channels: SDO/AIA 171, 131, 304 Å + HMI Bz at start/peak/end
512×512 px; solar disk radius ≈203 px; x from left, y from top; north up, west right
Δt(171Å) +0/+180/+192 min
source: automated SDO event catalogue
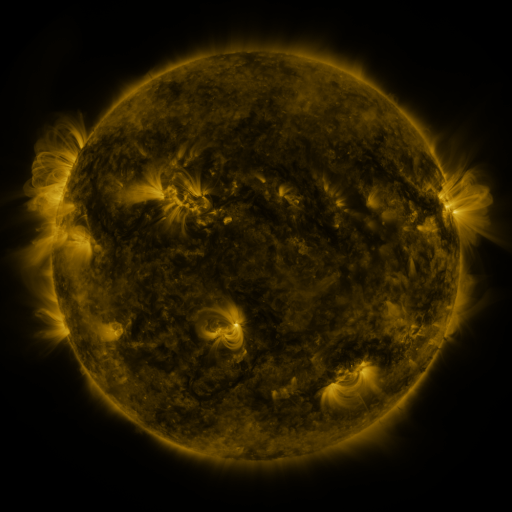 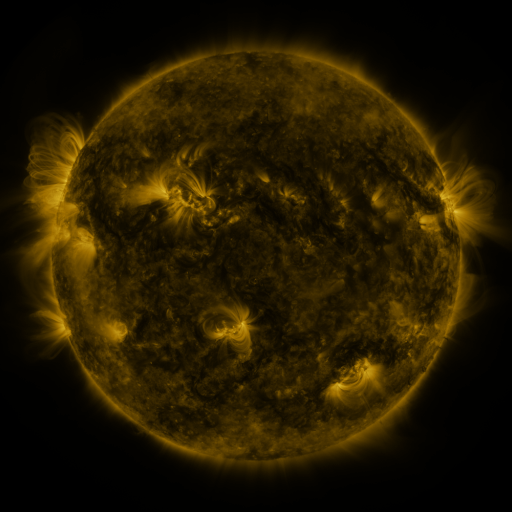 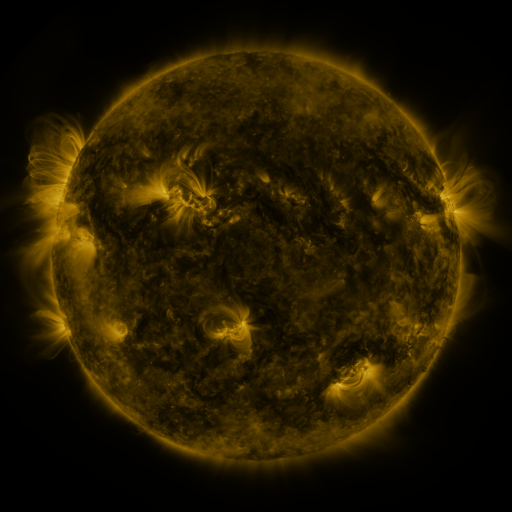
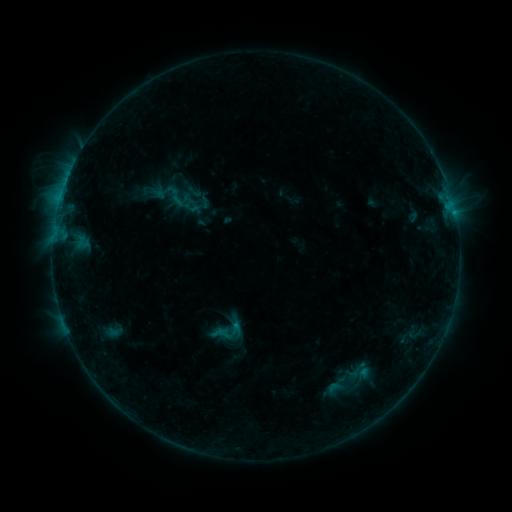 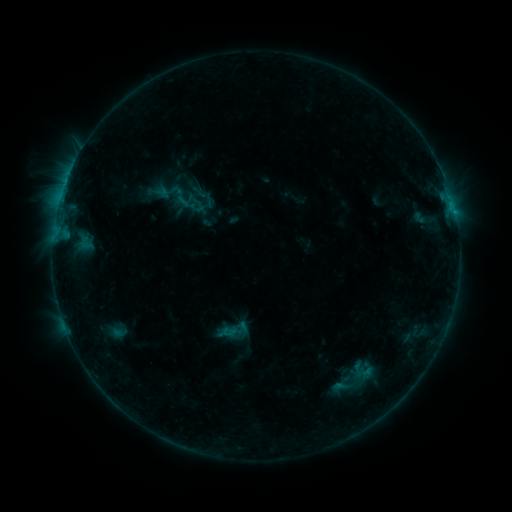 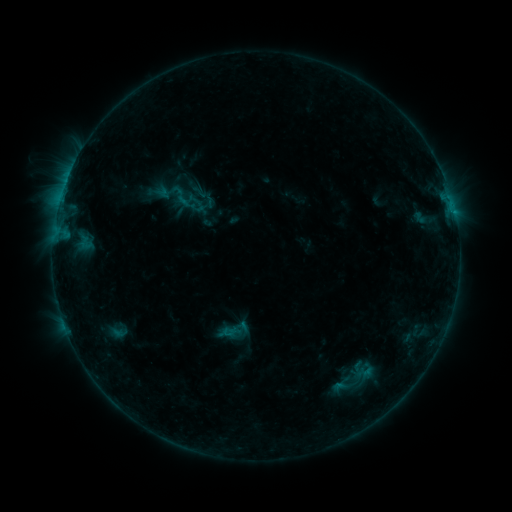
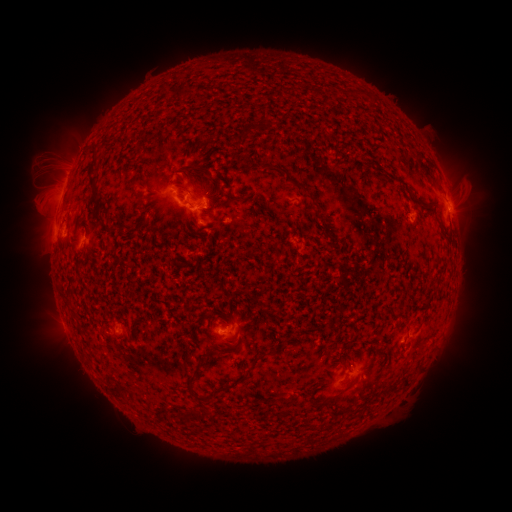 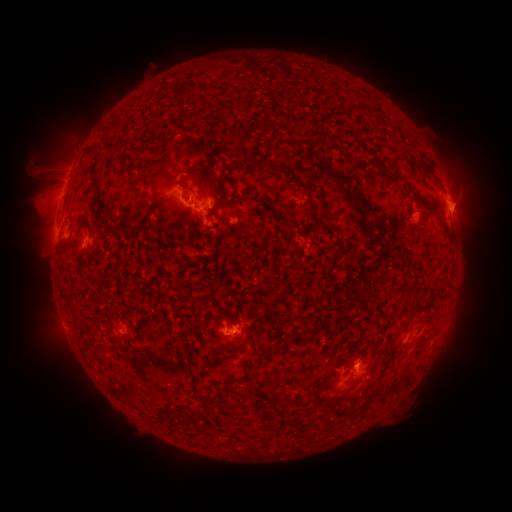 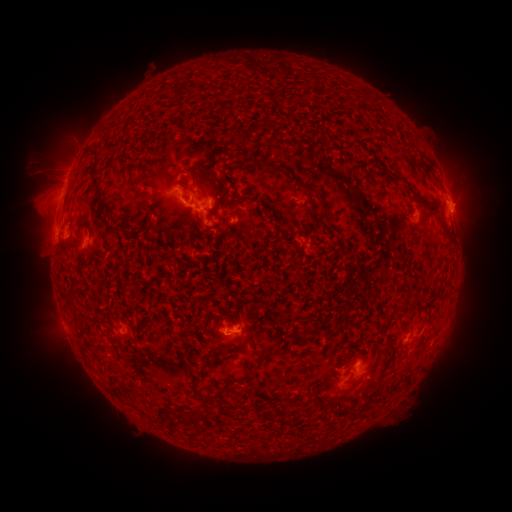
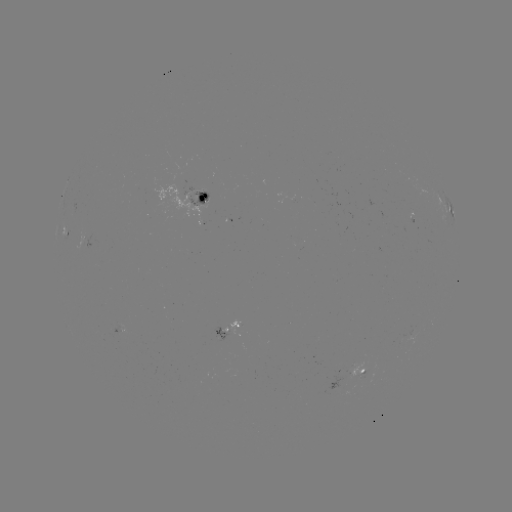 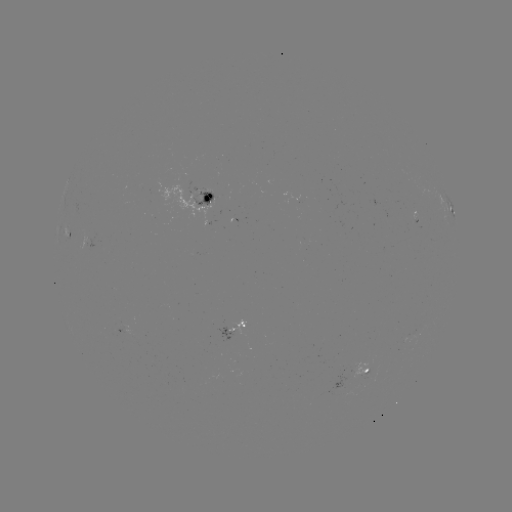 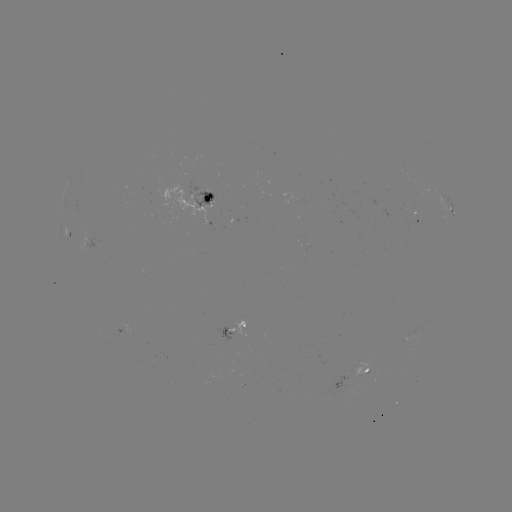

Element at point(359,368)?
emerging-flux region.